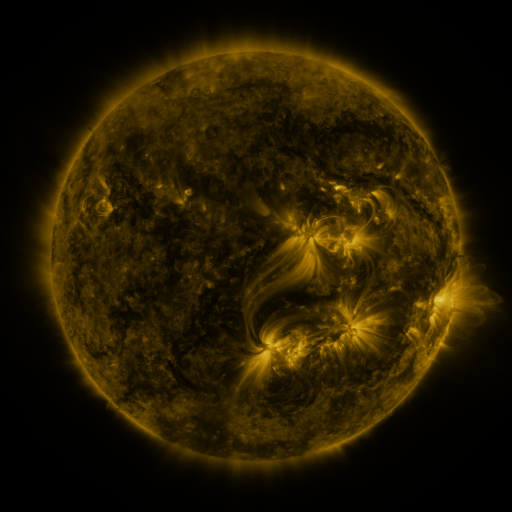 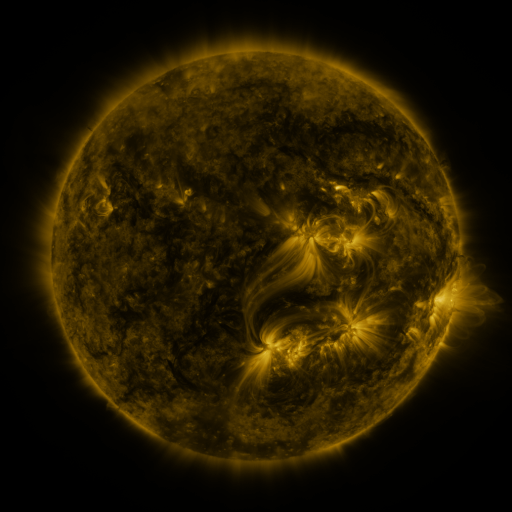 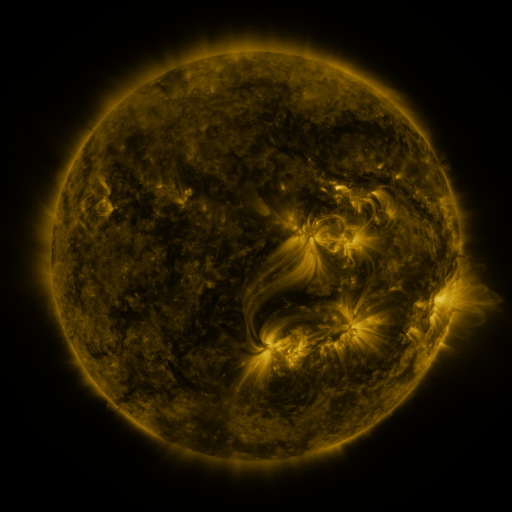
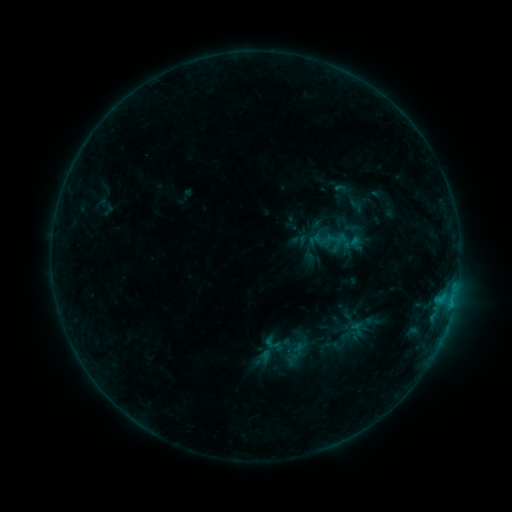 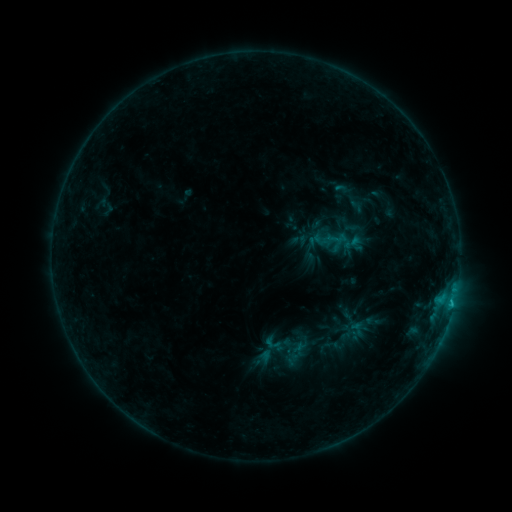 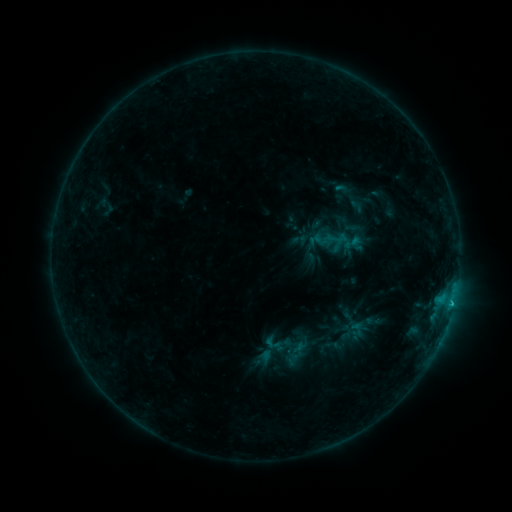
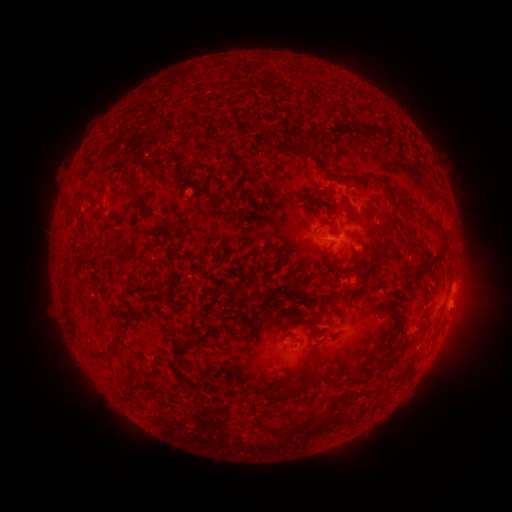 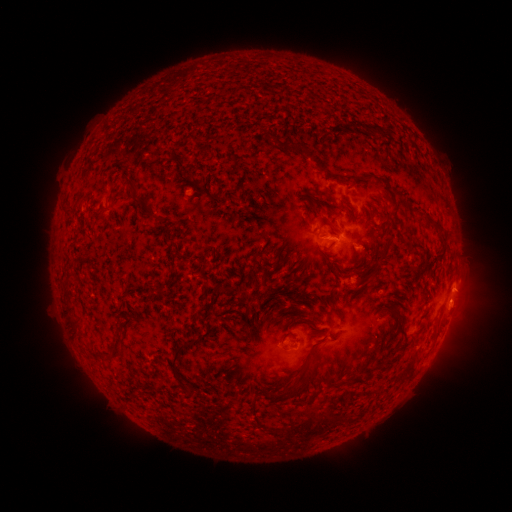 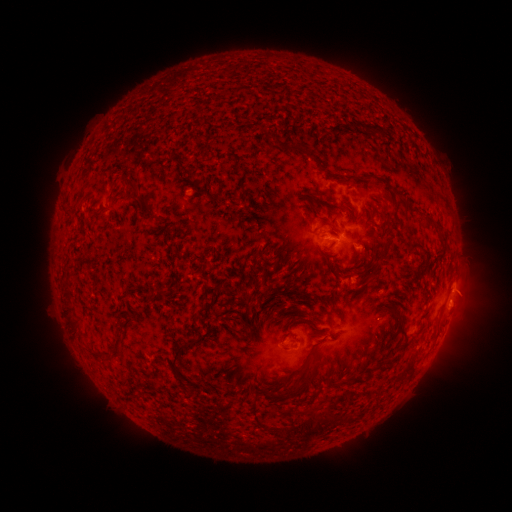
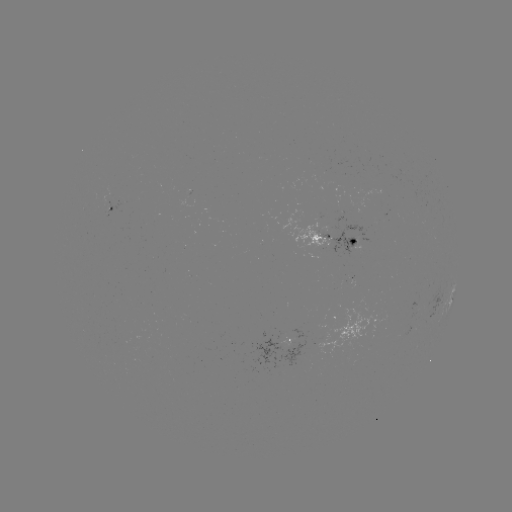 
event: flare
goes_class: B6.8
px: (451, 301)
